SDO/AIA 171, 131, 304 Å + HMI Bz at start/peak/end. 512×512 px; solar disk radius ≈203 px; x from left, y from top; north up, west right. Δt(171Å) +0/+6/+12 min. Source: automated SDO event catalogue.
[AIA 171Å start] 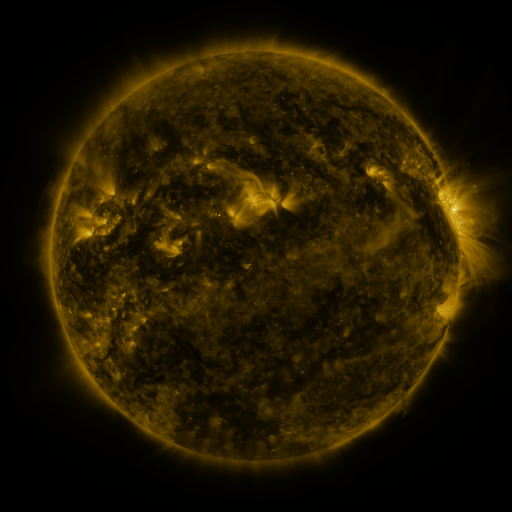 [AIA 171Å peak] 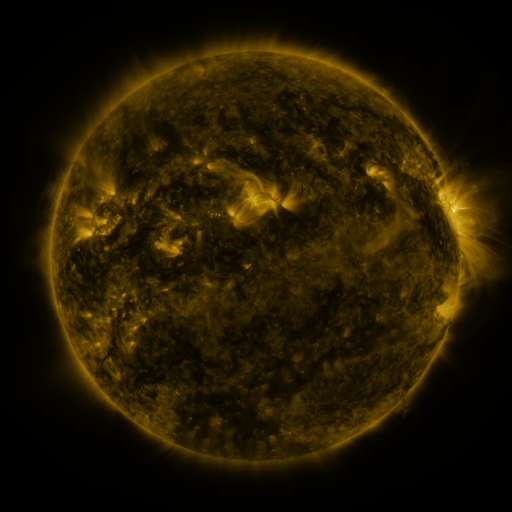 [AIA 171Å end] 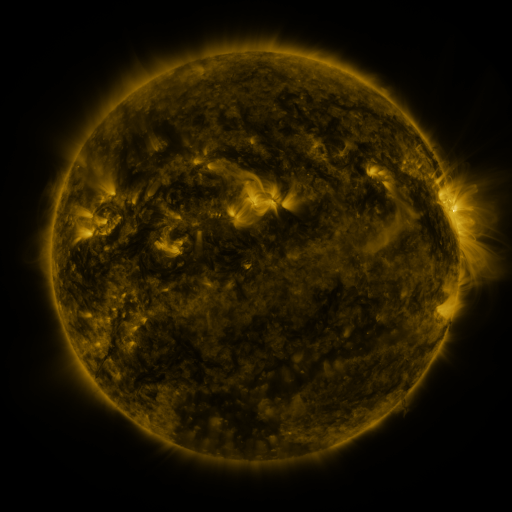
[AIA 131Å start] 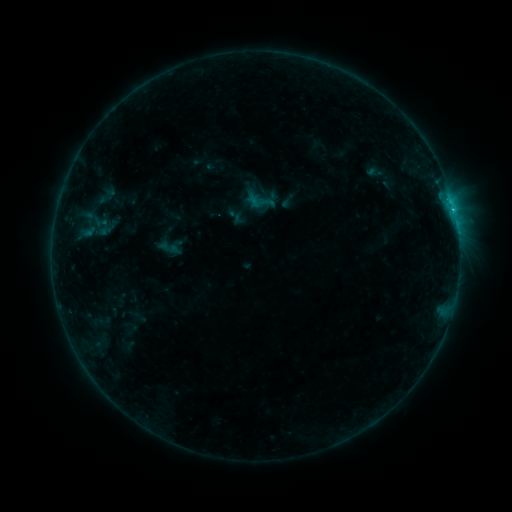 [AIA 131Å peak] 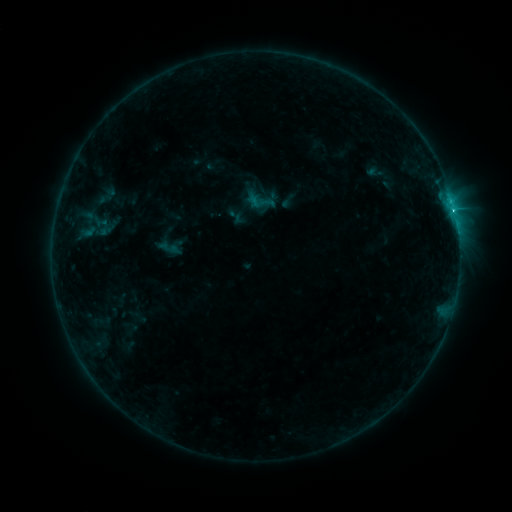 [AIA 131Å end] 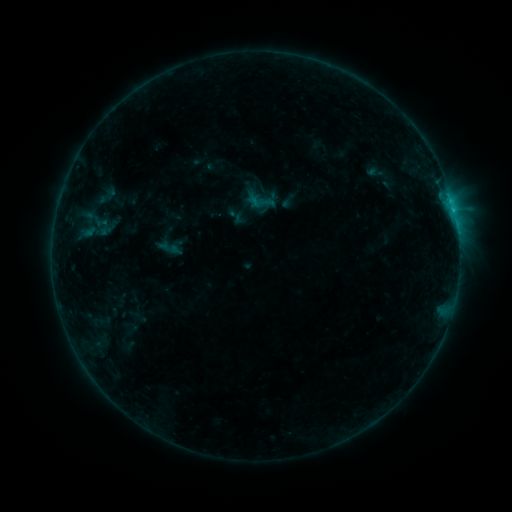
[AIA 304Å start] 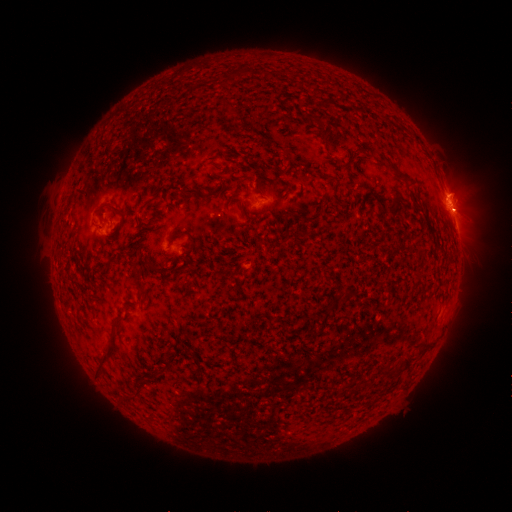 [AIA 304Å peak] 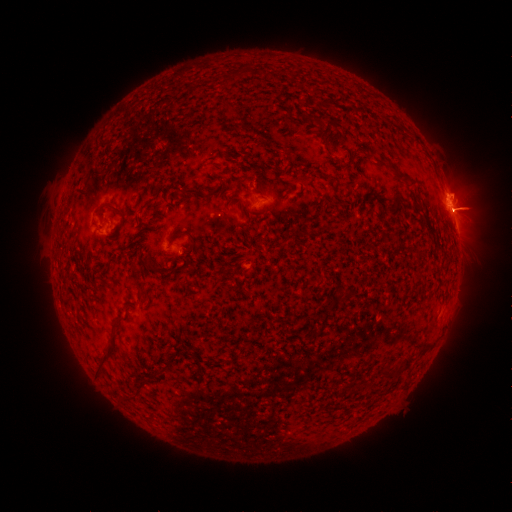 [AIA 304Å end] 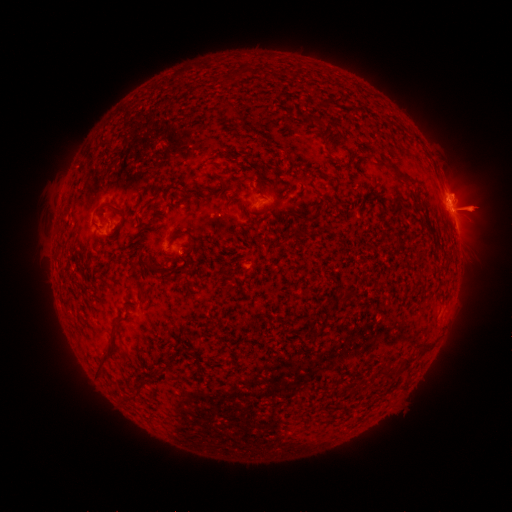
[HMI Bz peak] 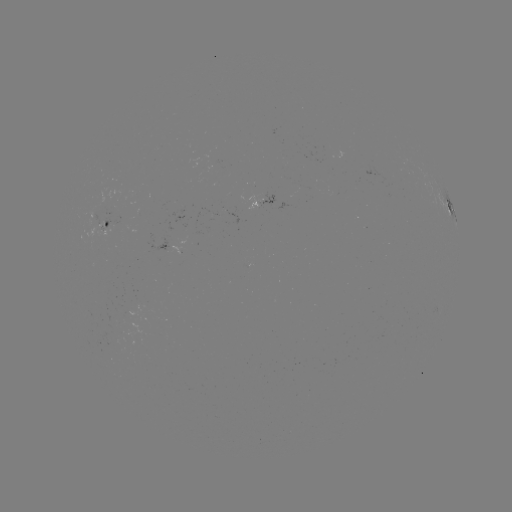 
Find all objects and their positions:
C1.0 flare: (453, 213)
